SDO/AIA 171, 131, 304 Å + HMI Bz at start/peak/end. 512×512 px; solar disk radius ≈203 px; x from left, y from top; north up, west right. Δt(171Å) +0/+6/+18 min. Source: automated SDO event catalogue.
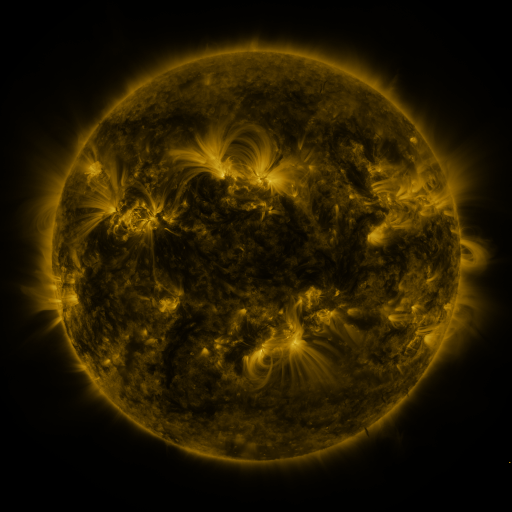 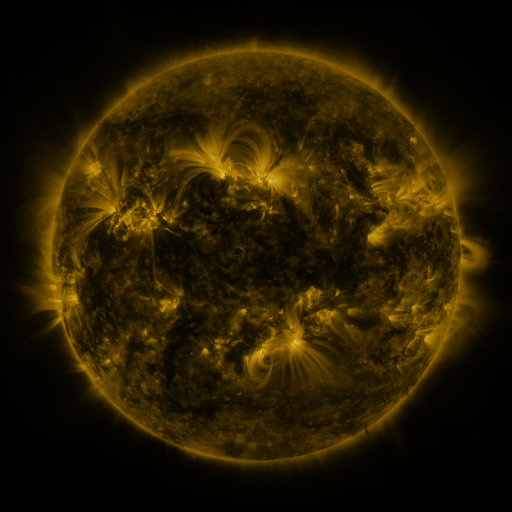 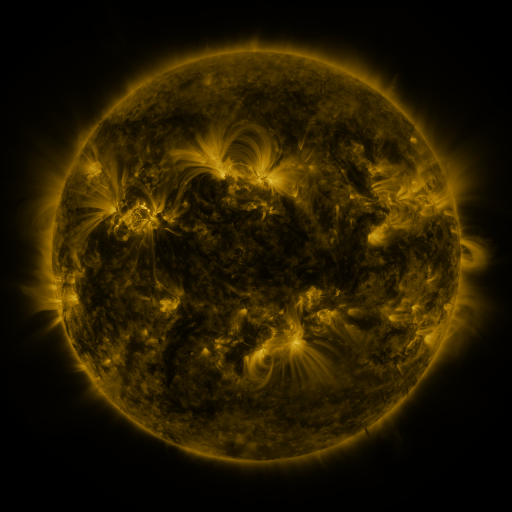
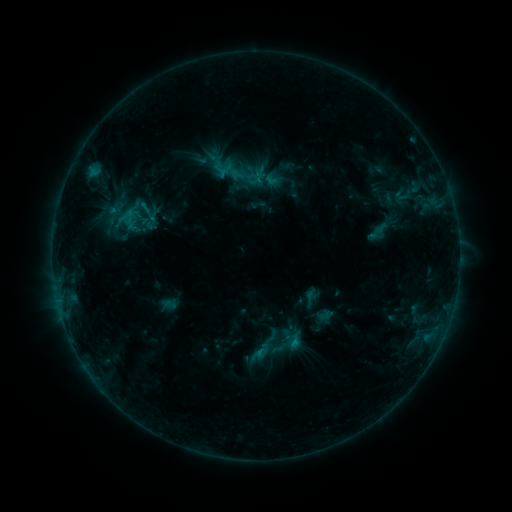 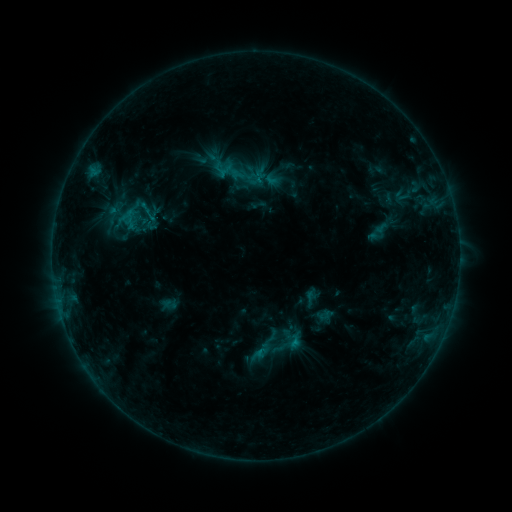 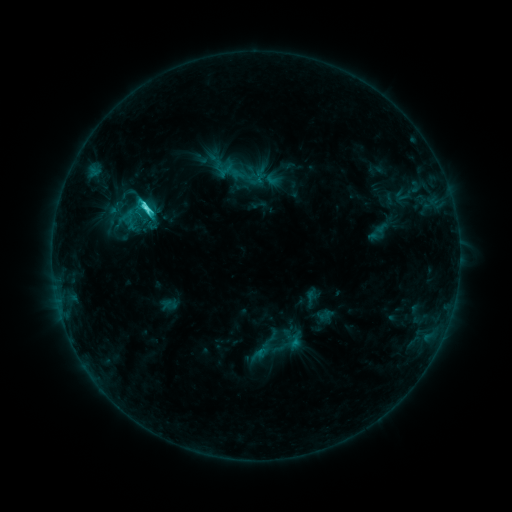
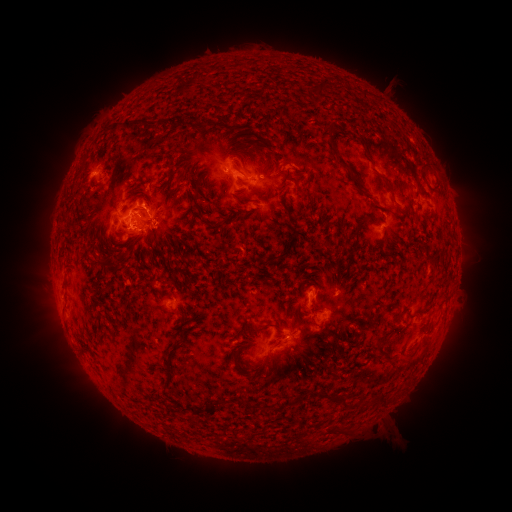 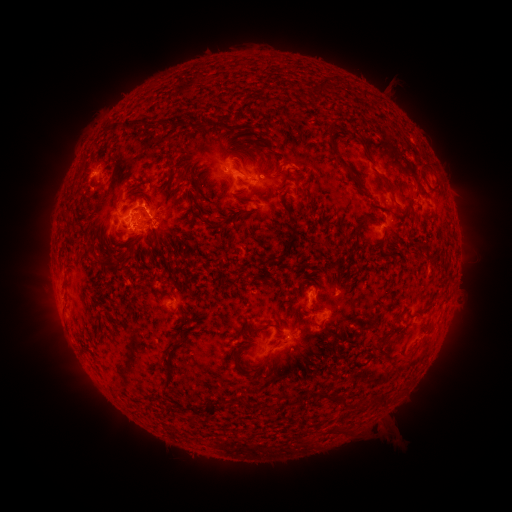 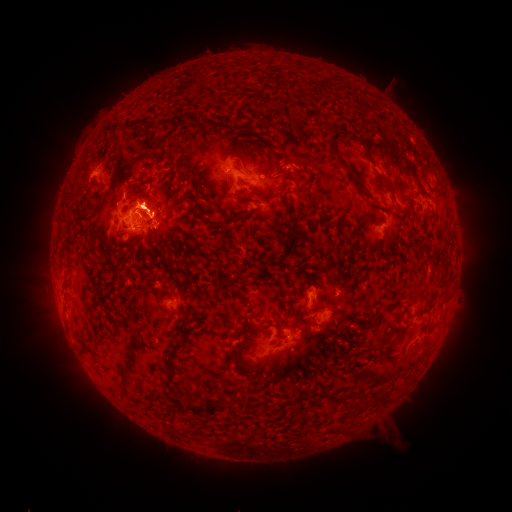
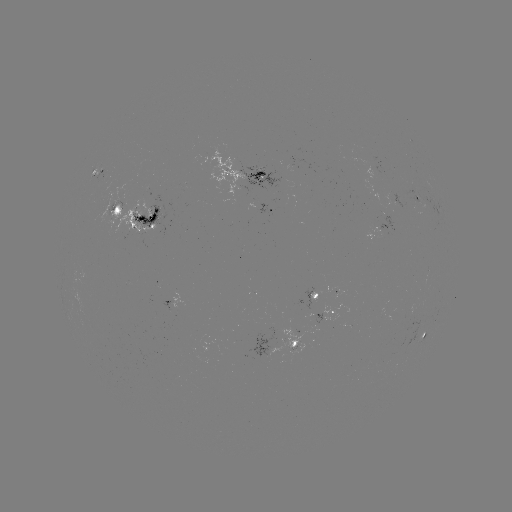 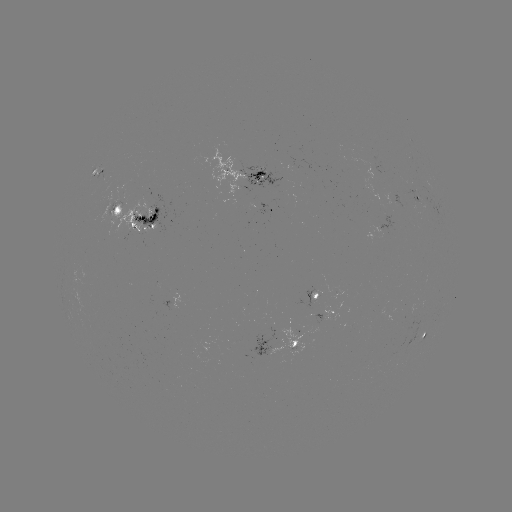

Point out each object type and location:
C4.5 flare: (293, 341)
